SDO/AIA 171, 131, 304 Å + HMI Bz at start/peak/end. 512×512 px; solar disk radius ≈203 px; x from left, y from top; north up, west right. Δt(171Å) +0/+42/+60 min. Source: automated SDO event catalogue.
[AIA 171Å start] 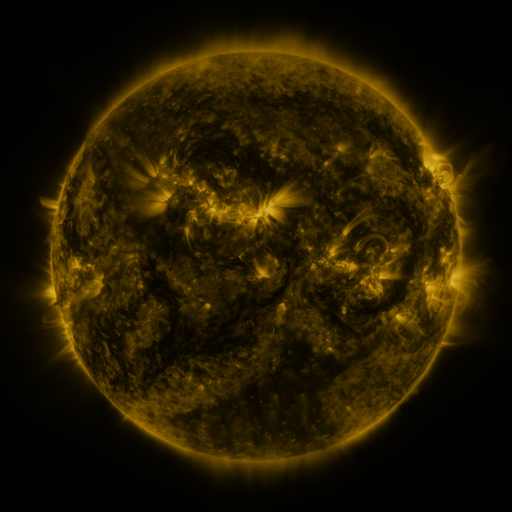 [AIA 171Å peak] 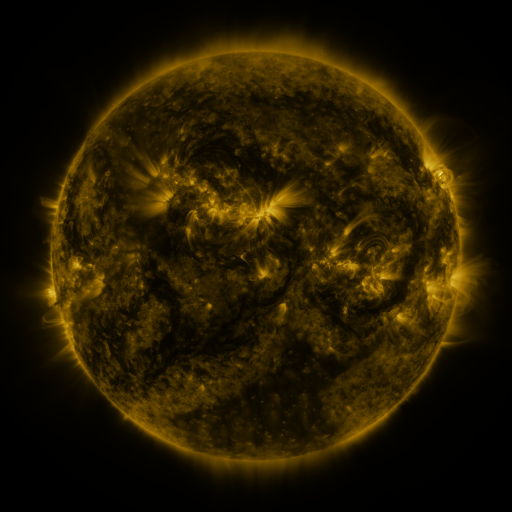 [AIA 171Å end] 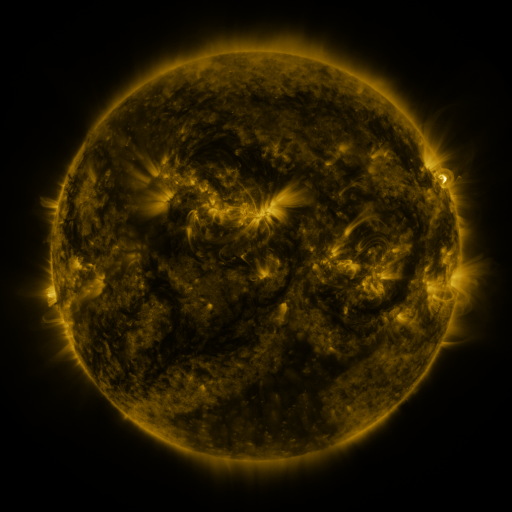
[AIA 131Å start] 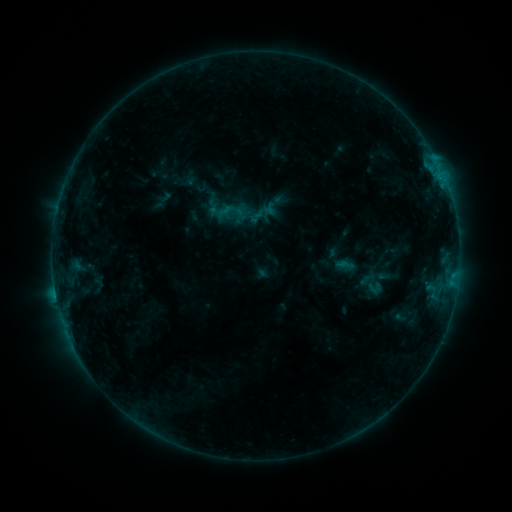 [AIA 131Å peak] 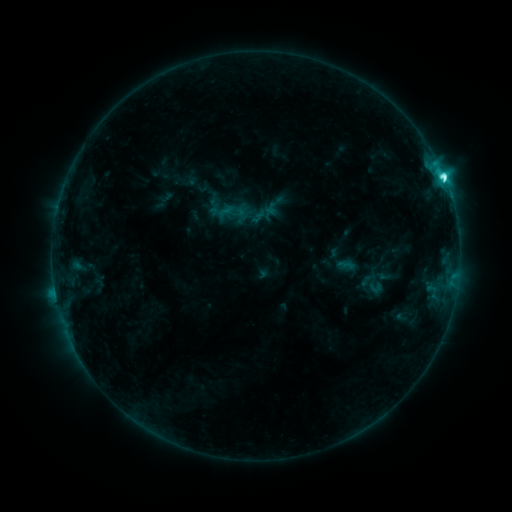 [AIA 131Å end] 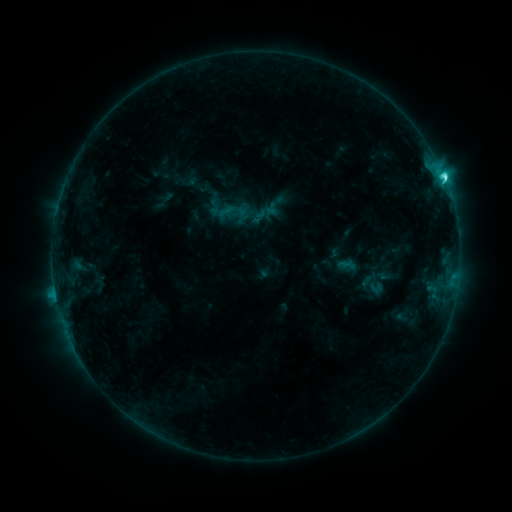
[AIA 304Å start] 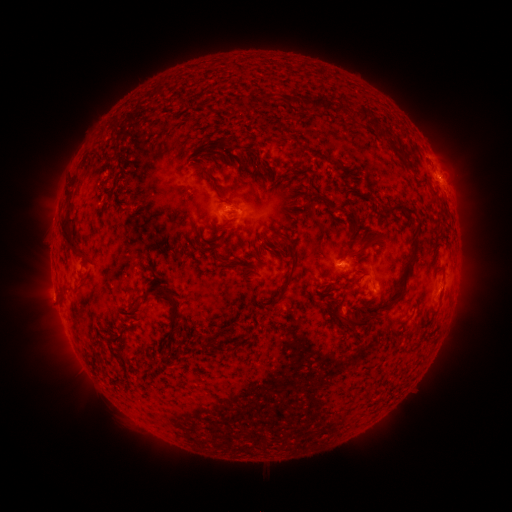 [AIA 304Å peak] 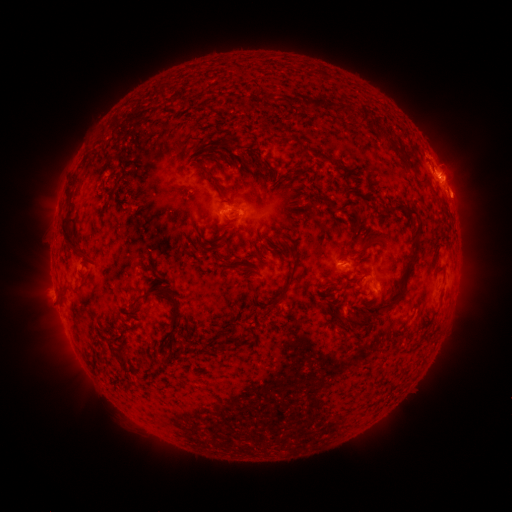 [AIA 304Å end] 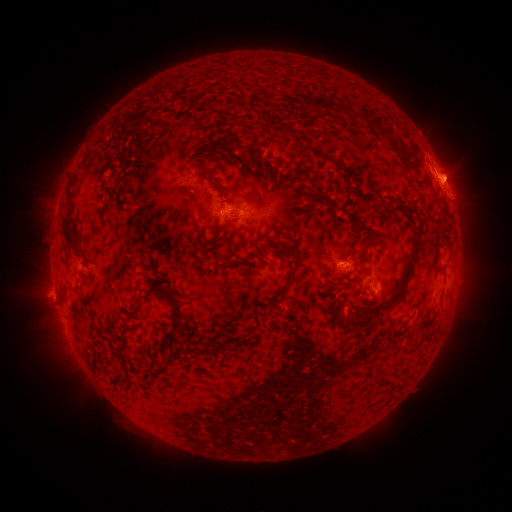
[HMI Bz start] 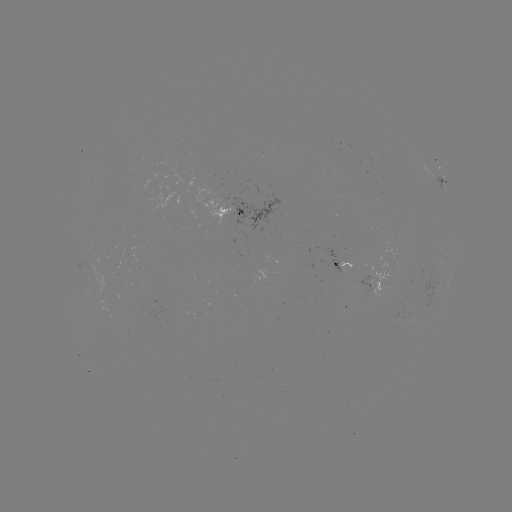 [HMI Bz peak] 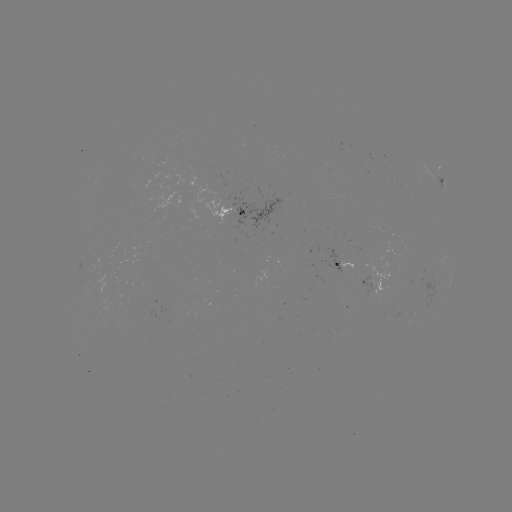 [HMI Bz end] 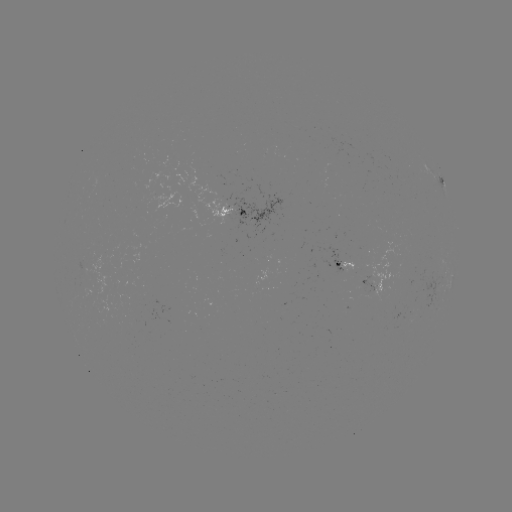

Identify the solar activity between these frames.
C6.8 flare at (443, 178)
